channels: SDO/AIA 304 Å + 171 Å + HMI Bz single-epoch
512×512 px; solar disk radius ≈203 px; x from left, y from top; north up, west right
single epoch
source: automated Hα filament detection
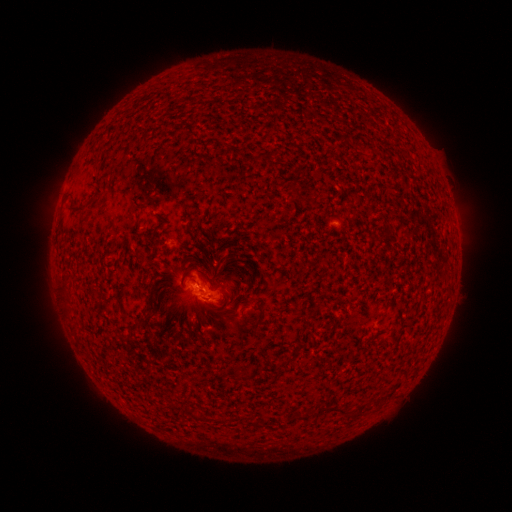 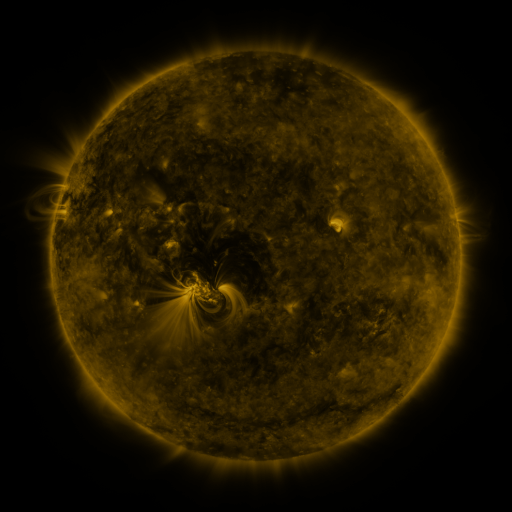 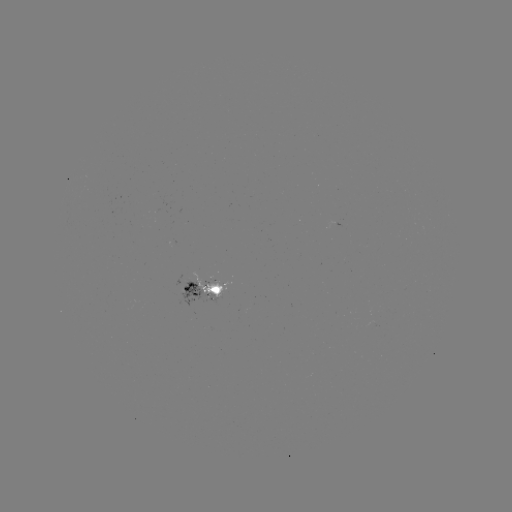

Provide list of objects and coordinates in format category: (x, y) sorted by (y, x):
filament: (256, 158)
filament: (299, 194)
filament: (76, 209)
filament: (64, 291)
filament: (148, 309)
filament: (260, 309)
filament: (246, 374)
filament: (333, 409)
filament: (189, 411)
